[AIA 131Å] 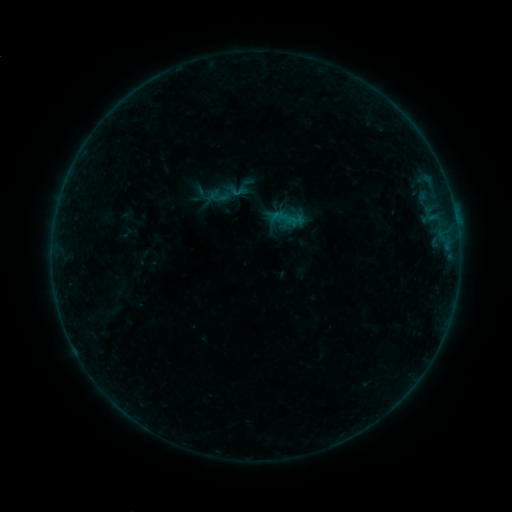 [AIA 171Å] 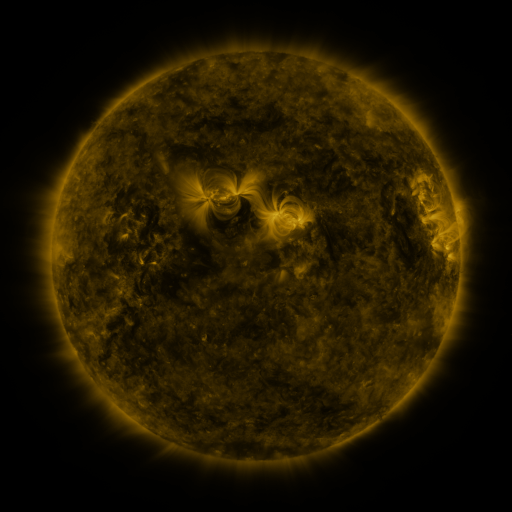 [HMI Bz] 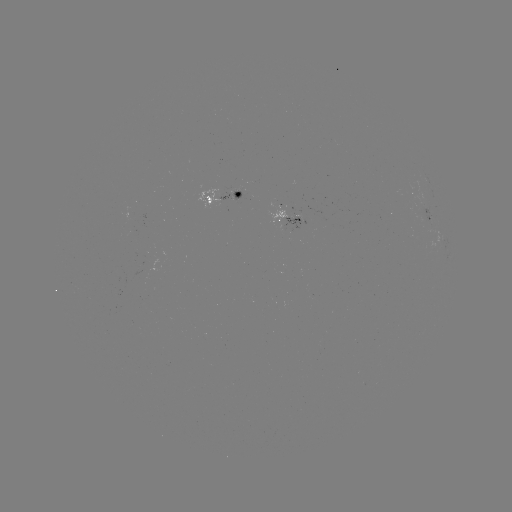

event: sigmoid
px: (238, 191)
